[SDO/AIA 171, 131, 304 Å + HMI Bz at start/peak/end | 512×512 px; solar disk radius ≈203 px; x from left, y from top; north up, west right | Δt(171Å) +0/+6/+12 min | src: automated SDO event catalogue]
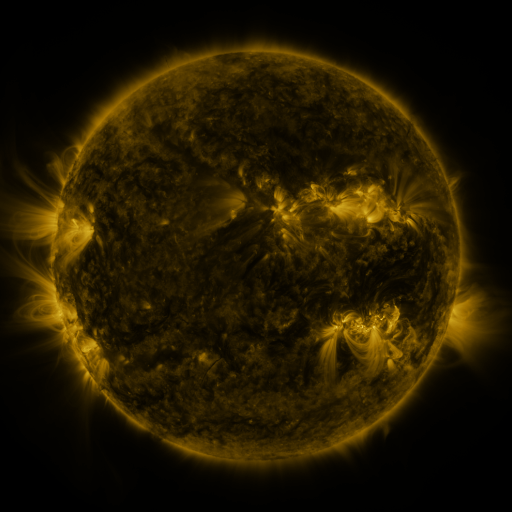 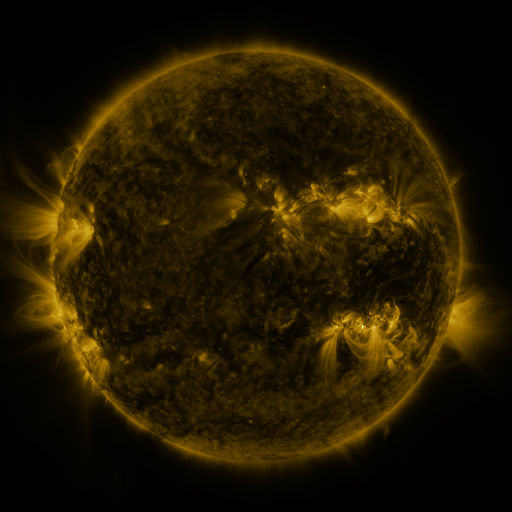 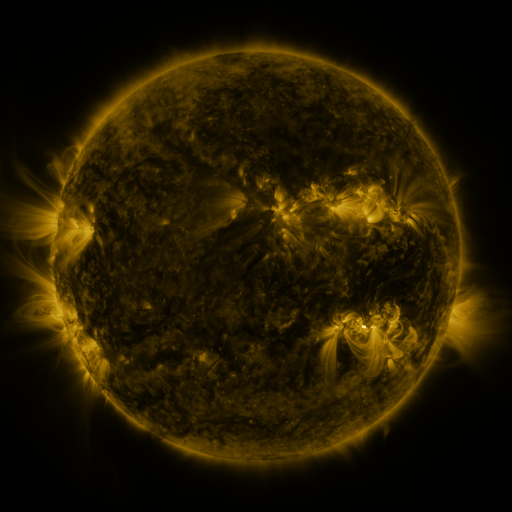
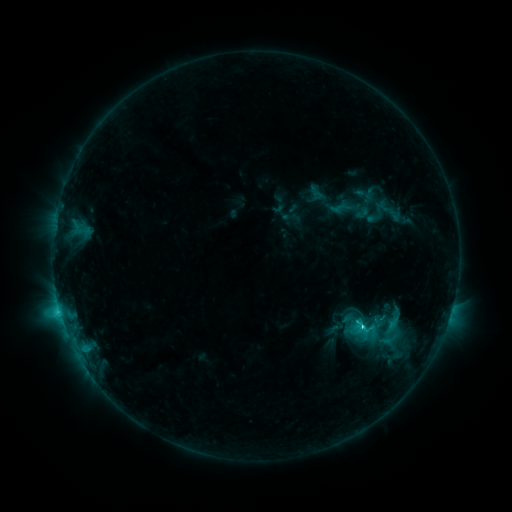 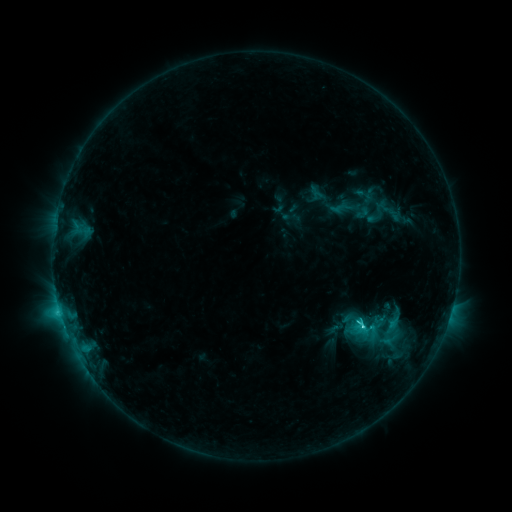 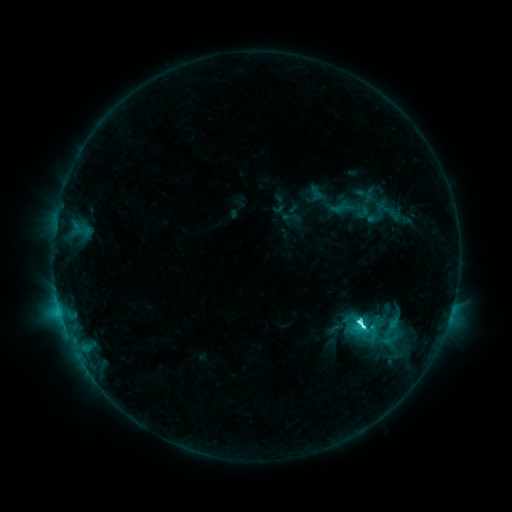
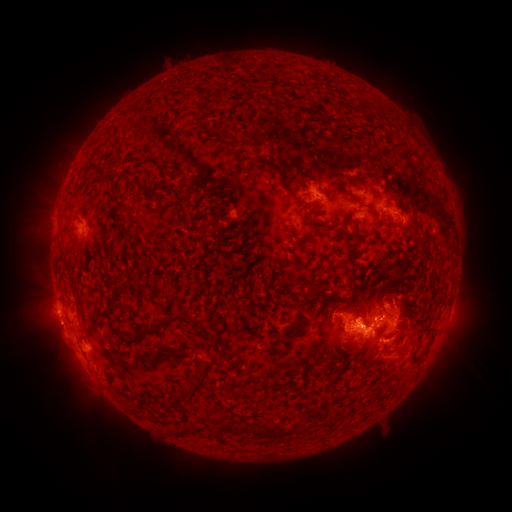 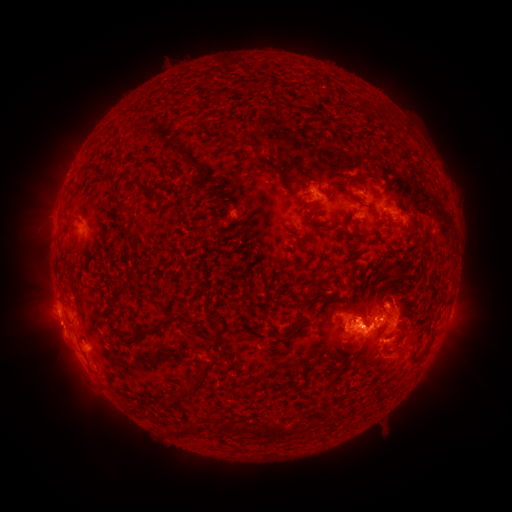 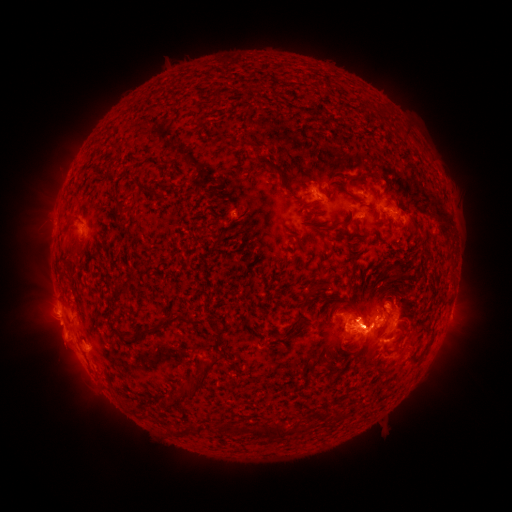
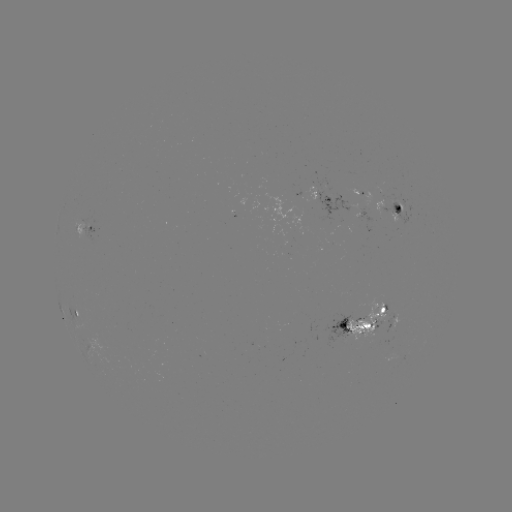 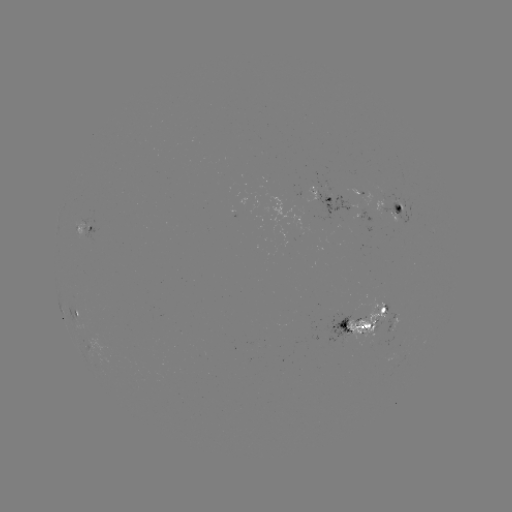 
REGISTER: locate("C8.3 flare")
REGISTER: (362, 325)